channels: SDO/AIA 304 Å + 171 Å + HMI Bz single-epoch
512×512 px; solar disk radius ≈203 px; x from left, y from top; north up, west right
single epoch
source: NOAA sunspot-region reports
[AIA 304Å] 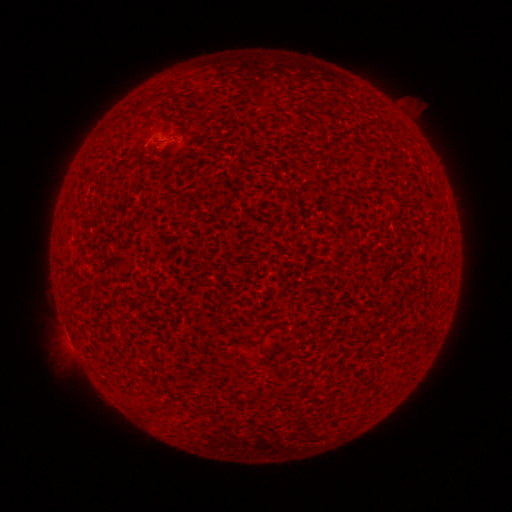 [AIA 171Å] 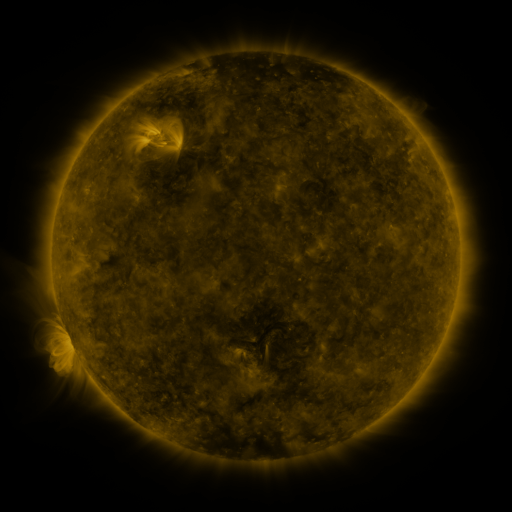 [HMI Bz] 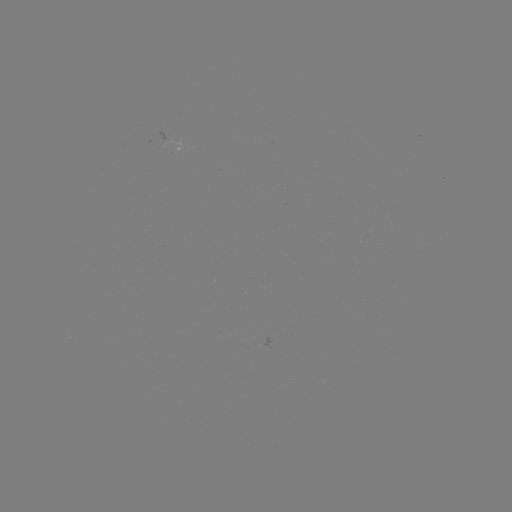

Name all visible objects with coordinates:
(none)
